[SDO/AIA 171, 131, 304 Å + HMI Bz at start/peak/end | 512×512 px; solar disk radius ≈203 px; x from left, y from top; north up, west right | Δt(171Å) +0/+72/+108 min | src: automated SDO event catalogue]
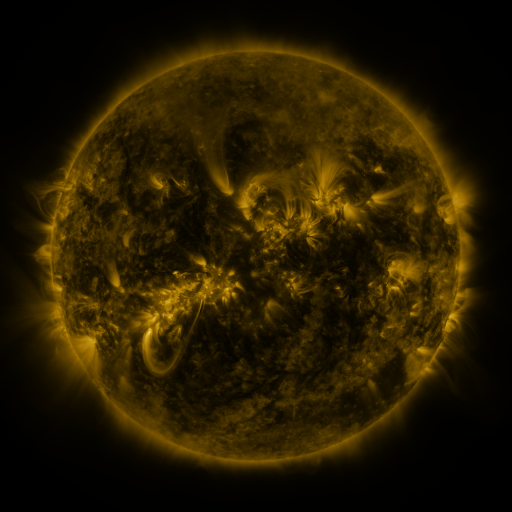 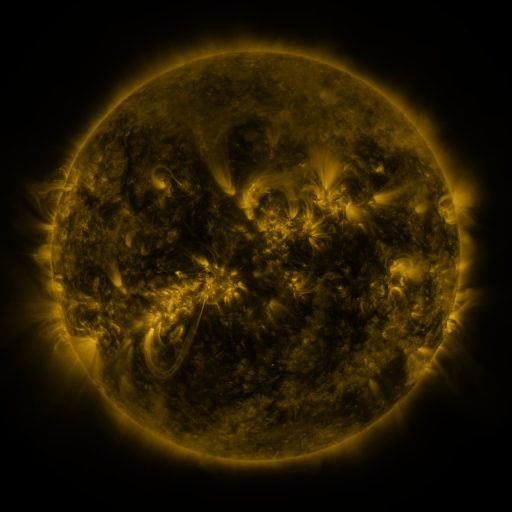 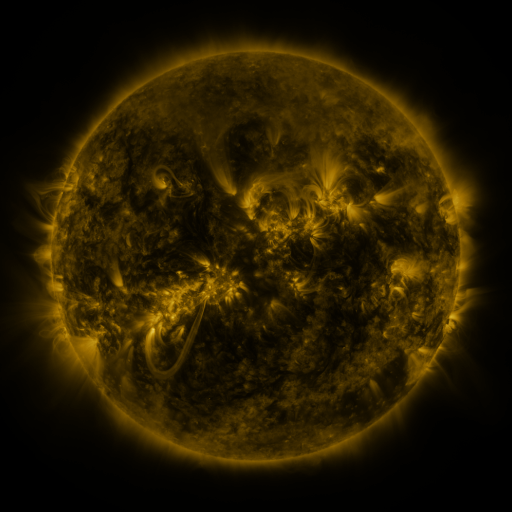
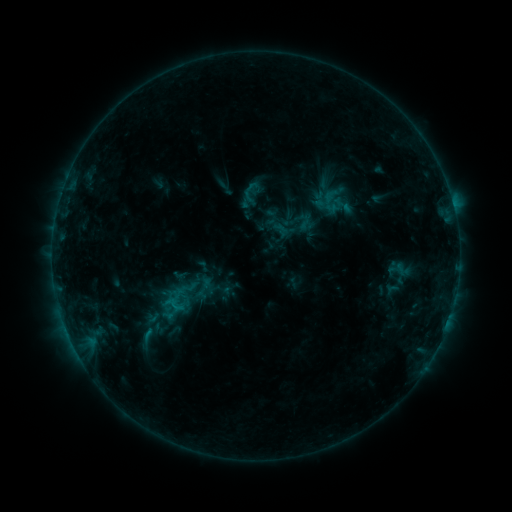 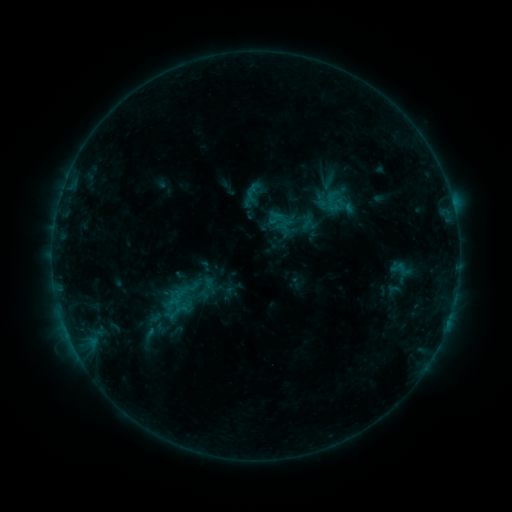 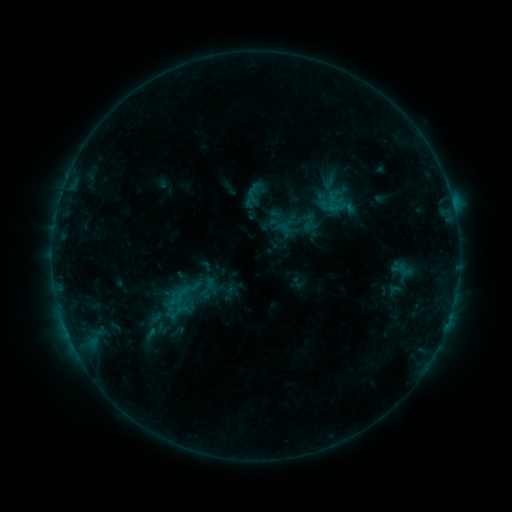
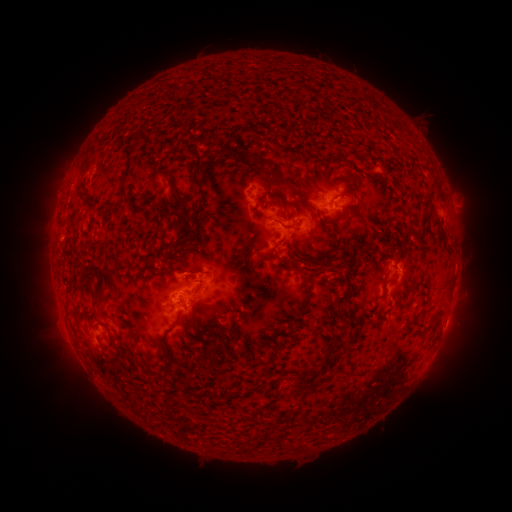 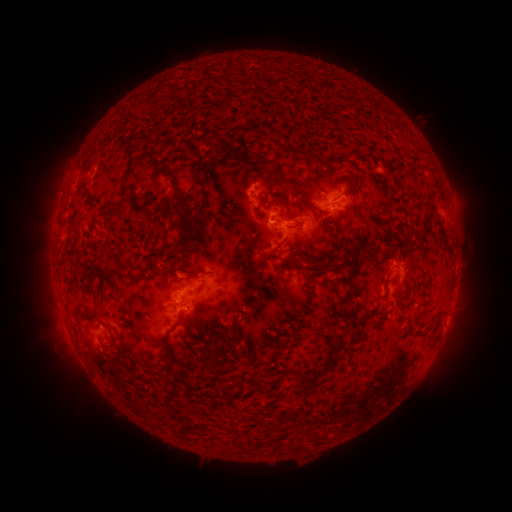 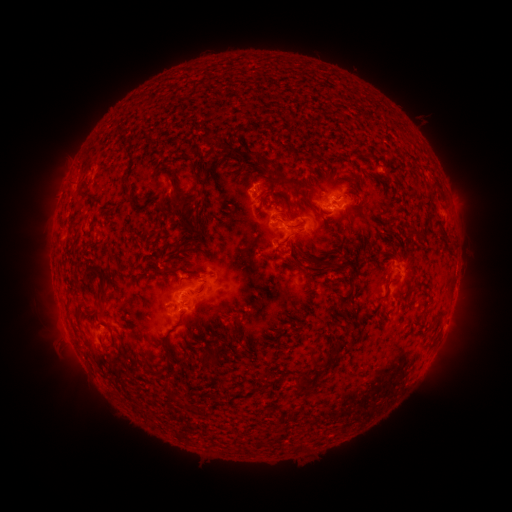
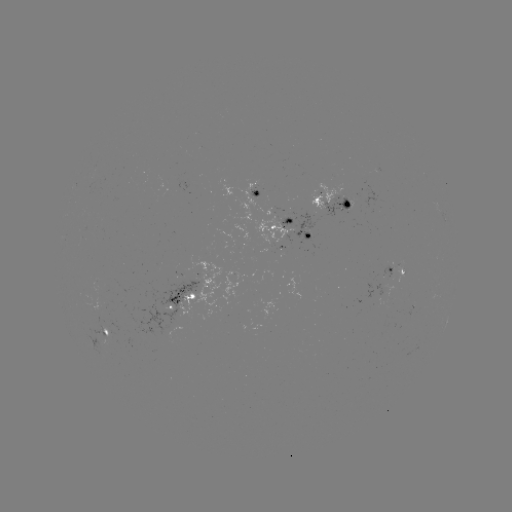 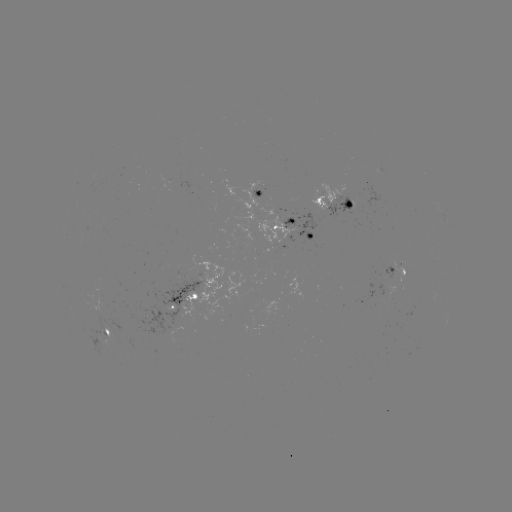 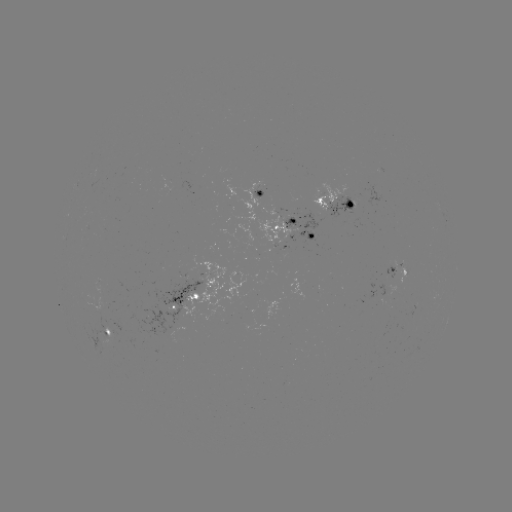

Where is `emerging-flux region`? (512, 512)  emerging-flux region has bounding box [82, 296, 104, 311].